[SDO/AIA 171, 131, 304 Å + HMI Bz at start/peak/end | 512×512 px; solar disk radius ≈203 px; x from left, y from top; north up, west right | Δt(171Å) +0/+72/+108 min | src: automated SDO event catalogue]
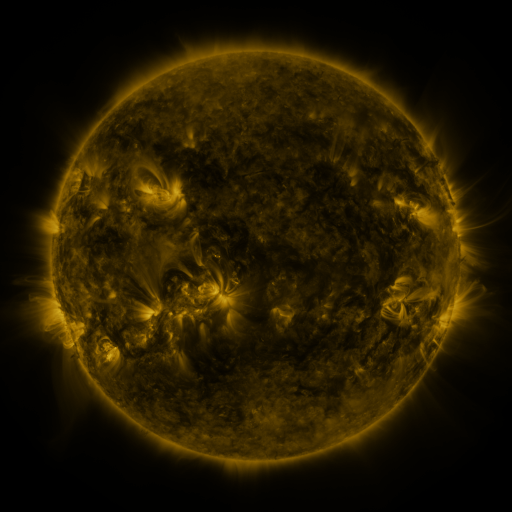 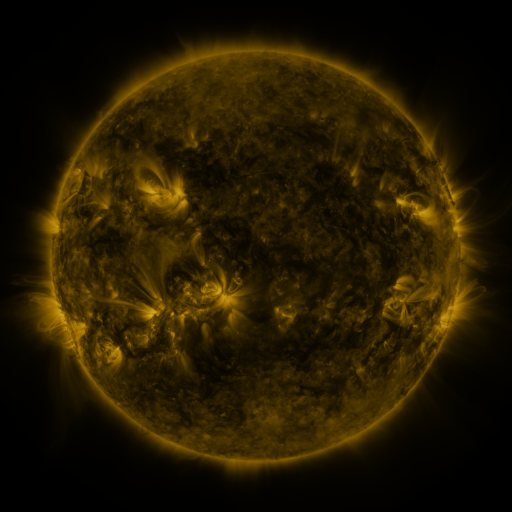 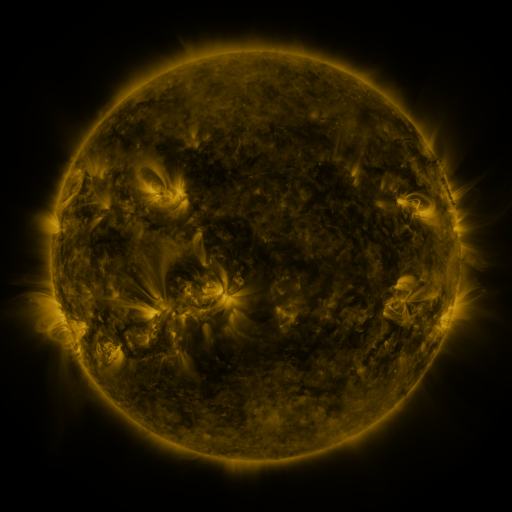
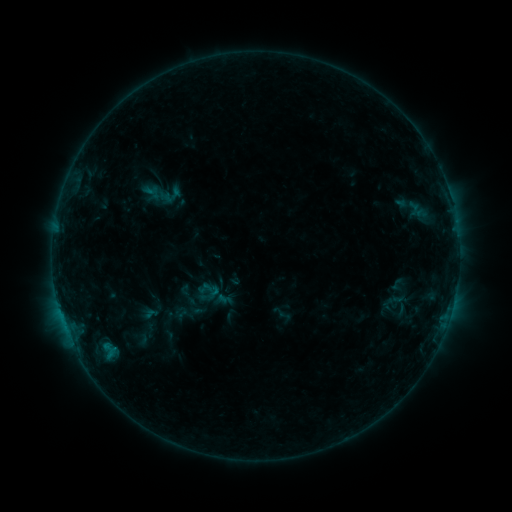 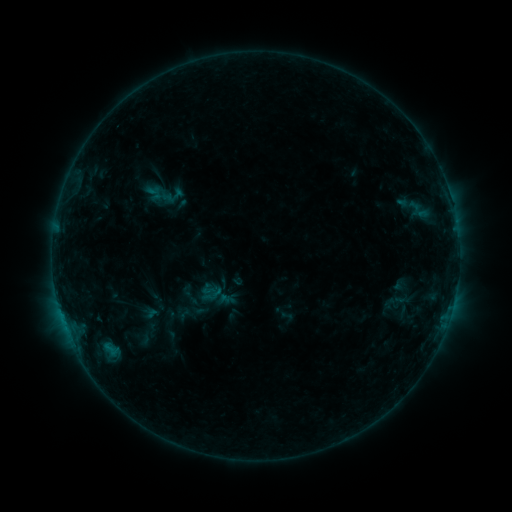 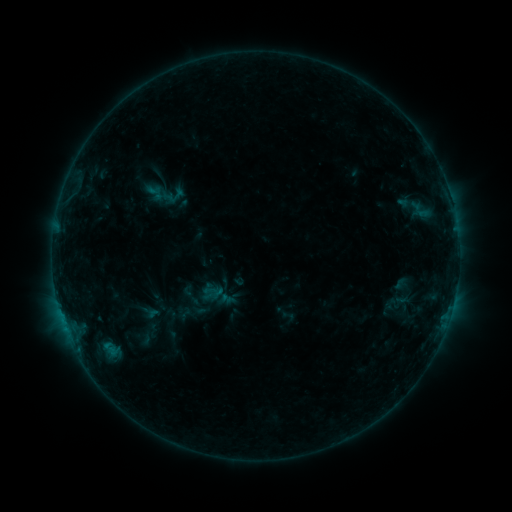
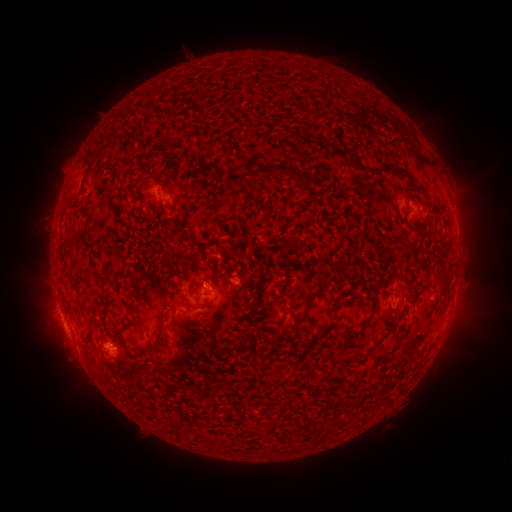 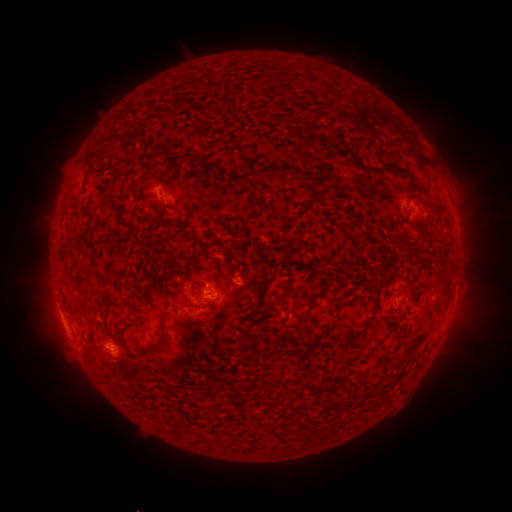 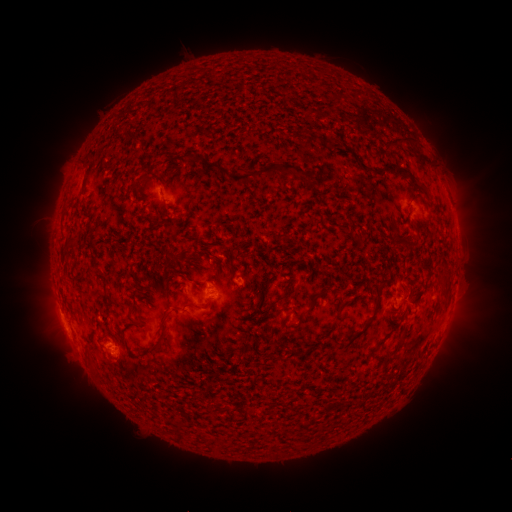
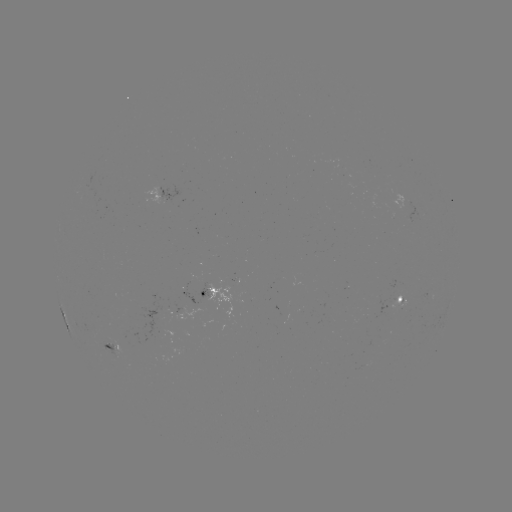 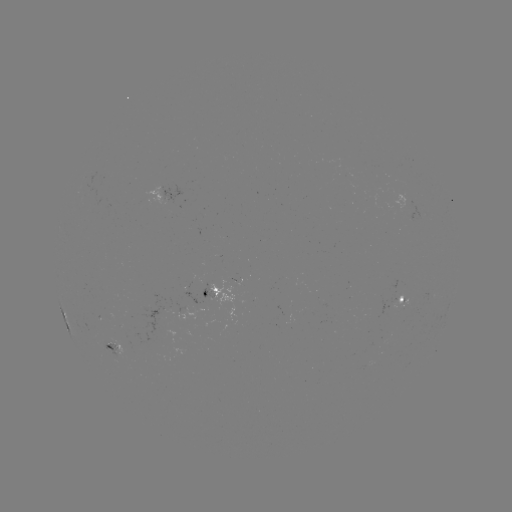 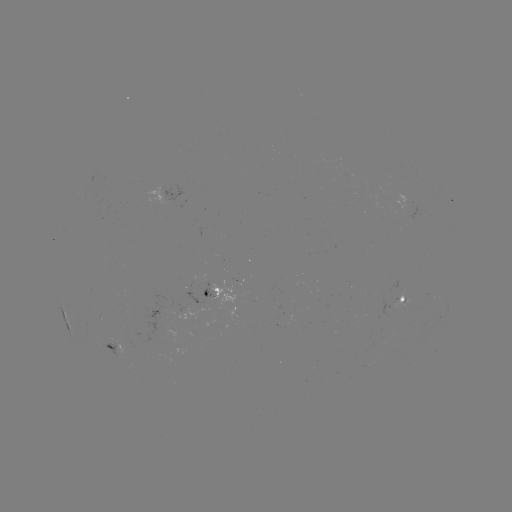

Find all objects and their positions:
emerging-flux region: (389, 304)
